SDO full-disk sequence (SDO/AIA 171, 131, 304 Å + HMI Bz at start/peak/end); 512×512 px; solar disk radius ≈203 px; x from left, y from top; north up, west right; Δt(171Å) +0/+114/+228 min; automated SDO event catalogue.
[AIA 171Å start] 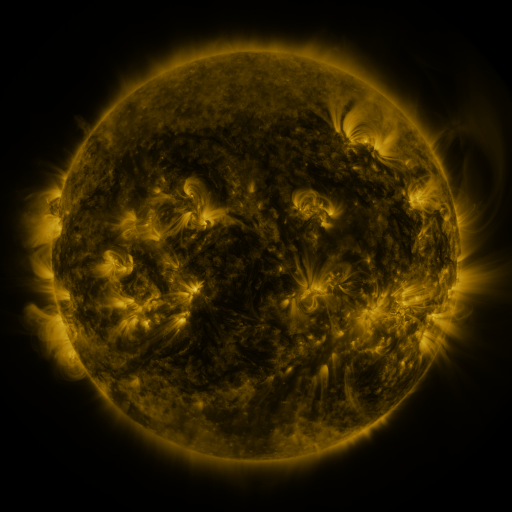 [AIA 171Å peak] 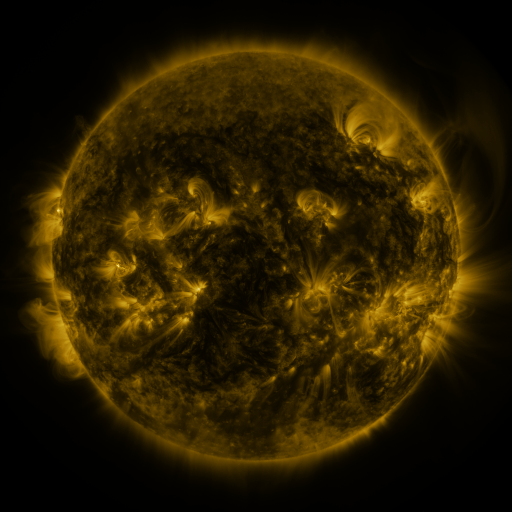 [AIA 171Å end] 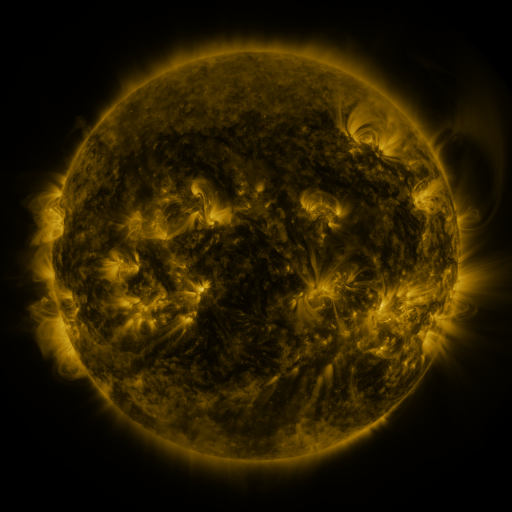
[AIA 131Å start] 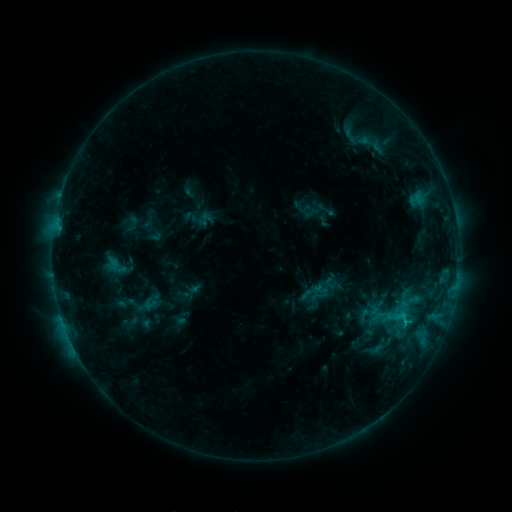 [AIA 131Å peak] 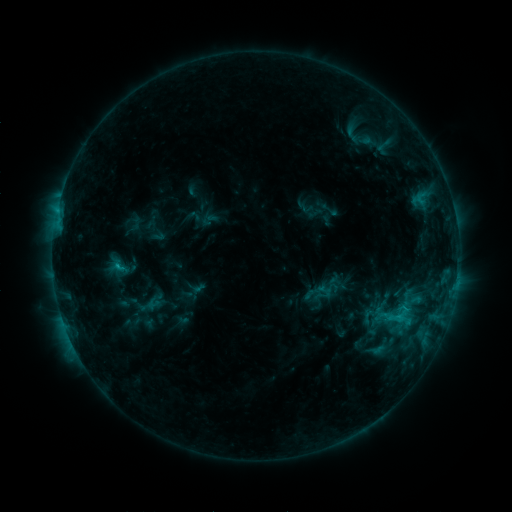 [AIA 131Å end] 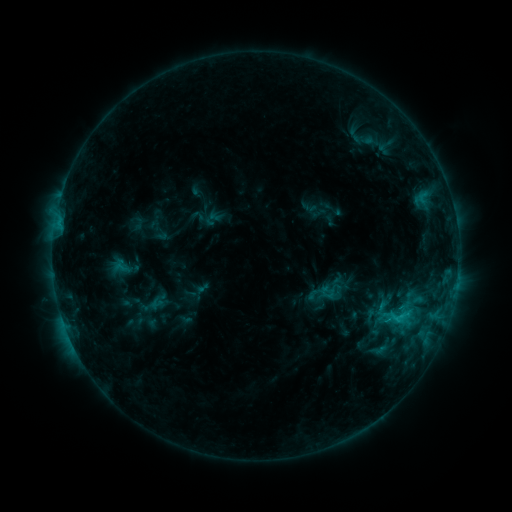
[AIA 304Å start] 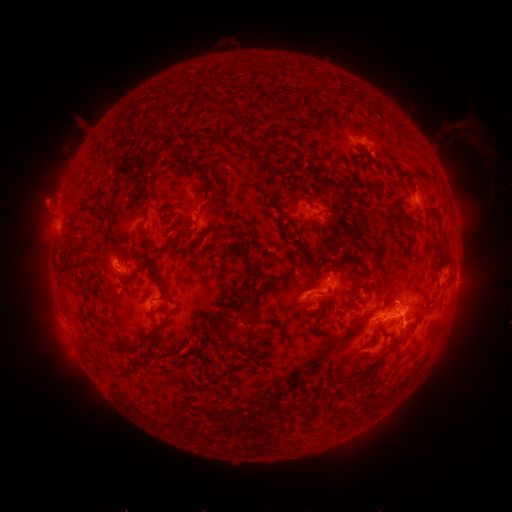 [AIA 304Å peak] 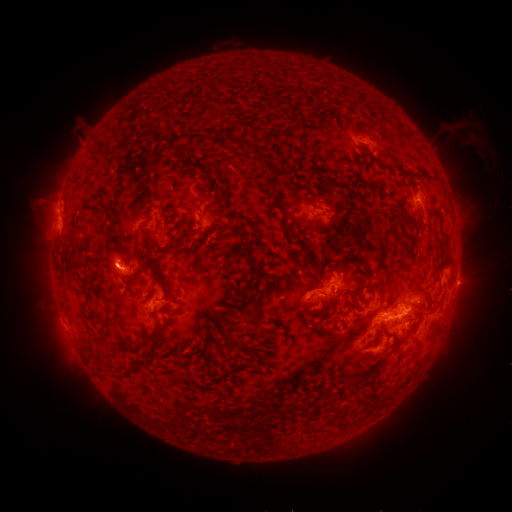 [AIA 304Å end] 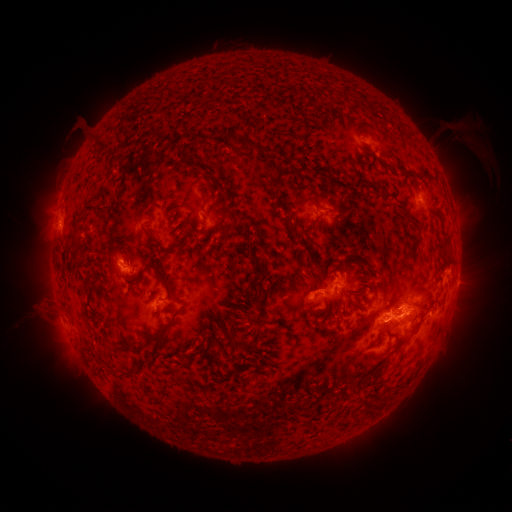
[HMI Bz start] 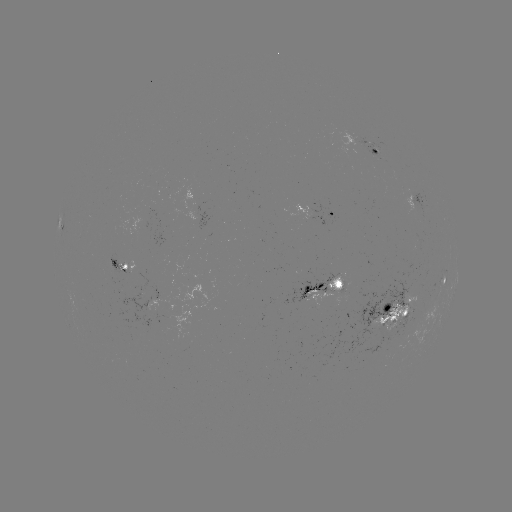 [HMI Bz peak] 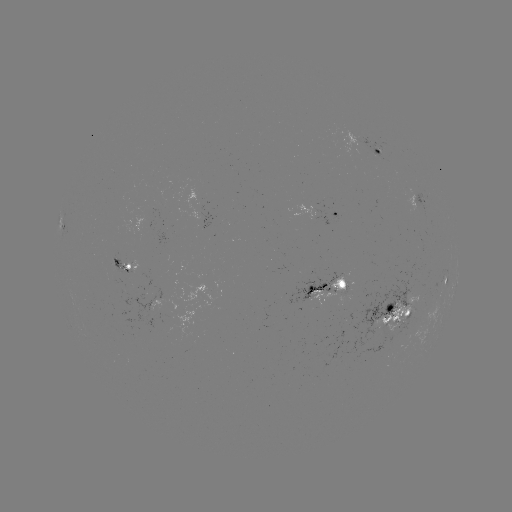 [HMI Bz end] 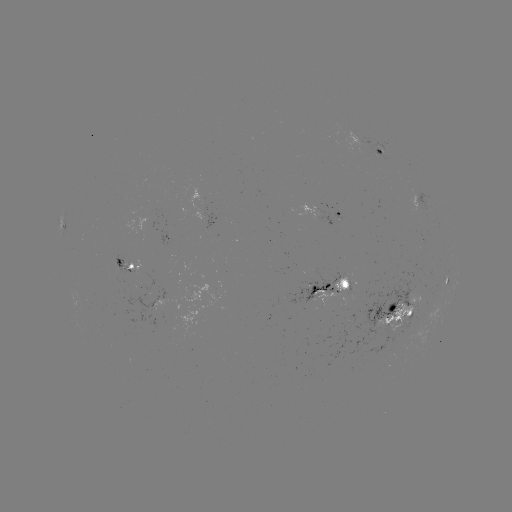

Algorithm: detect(filament eruption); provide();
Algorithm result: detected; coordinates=(35, 212)